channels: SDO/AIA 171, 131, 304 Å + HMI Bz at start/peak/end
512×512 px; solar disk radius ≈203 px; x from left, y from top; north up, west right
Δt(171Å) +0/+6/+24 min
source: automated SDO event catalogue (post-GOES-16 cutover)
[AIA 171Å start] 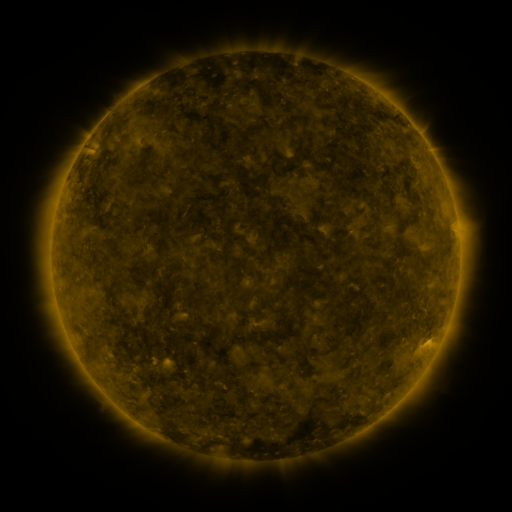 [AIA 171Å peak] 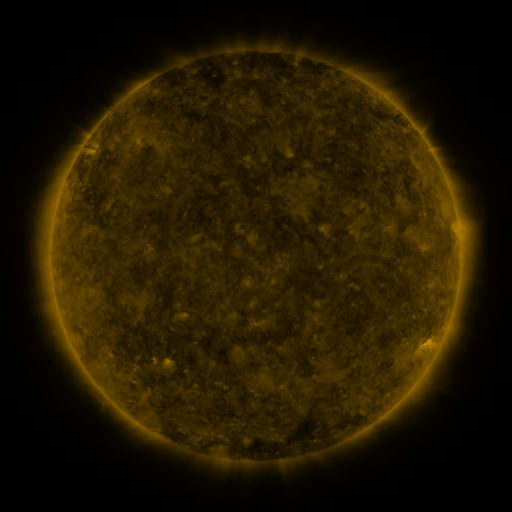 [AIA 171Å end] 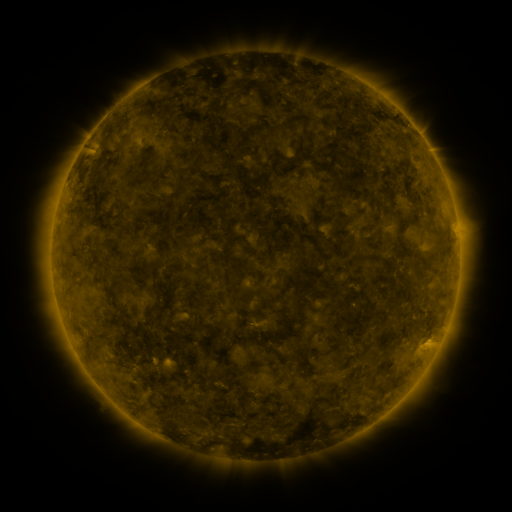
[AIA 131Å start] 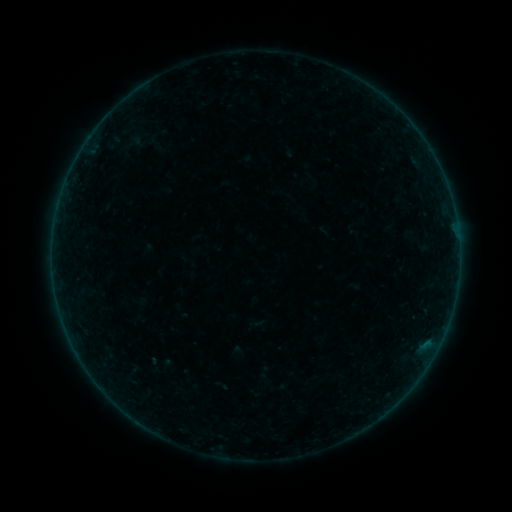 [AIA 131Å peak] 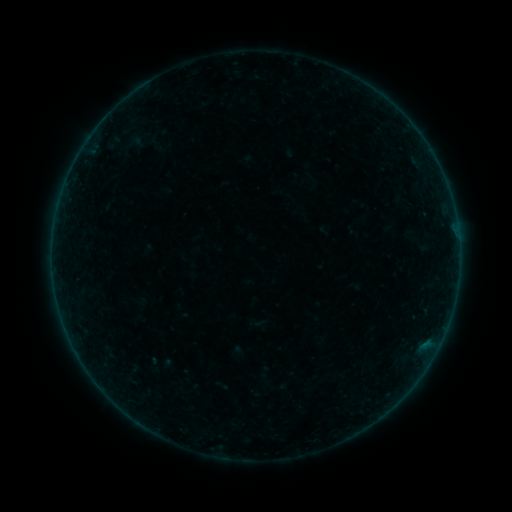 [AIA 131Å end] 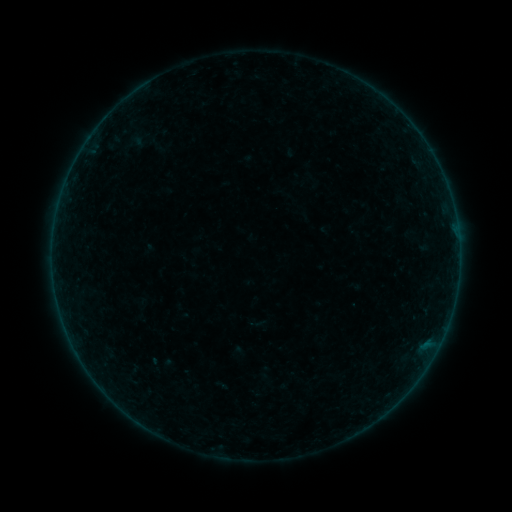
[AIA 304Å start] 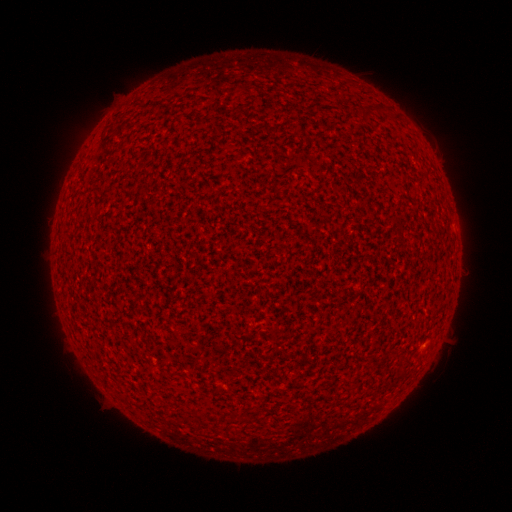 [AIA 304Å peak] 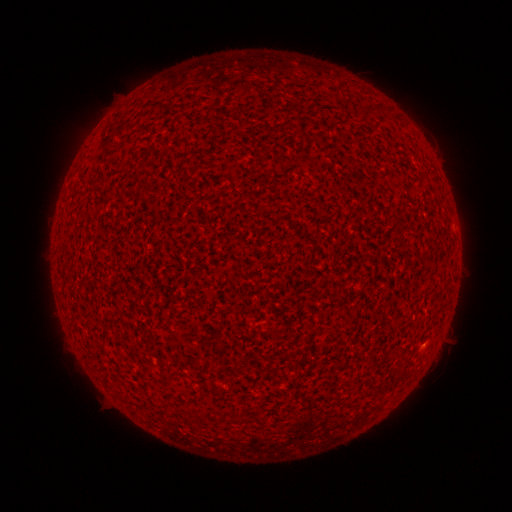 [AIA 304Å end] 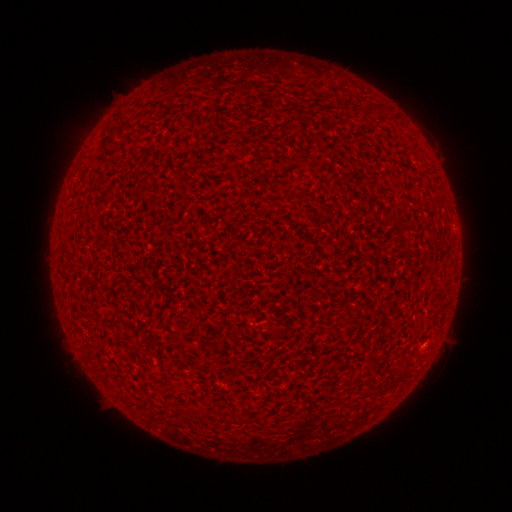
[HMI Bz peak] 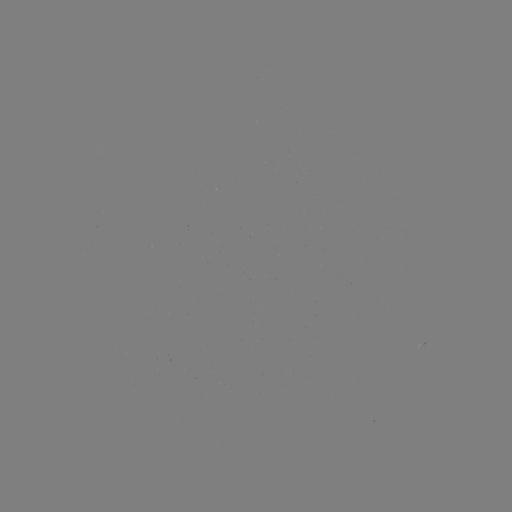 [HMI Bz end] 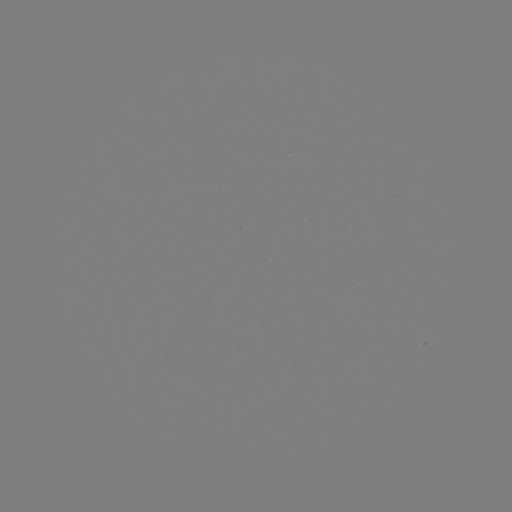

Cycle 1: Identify A1.9 flare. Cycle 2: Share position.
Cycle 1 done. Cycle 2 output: [423, 342].